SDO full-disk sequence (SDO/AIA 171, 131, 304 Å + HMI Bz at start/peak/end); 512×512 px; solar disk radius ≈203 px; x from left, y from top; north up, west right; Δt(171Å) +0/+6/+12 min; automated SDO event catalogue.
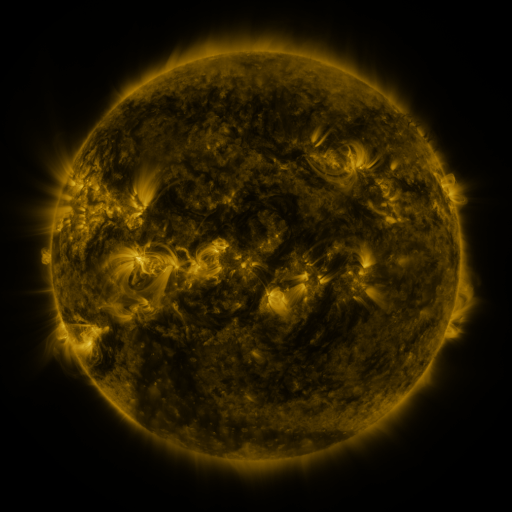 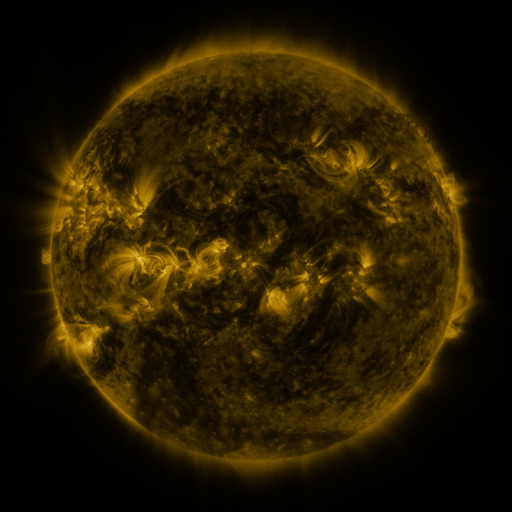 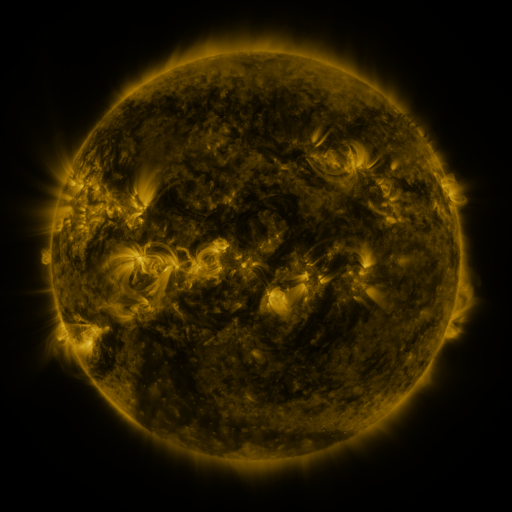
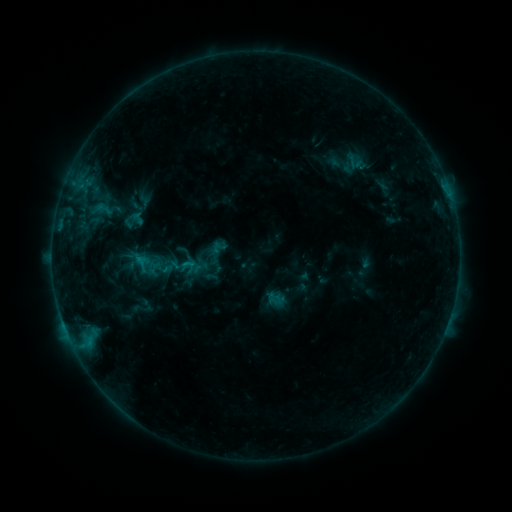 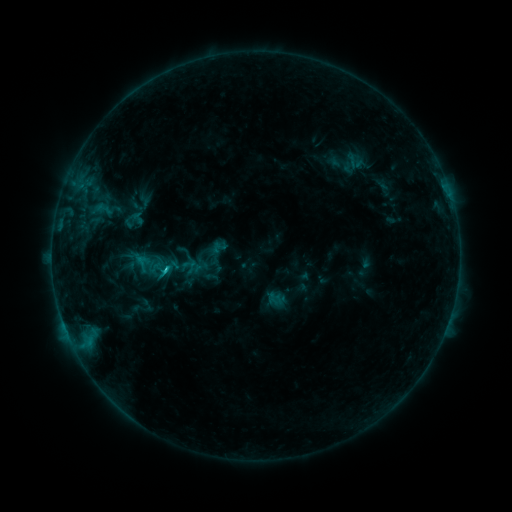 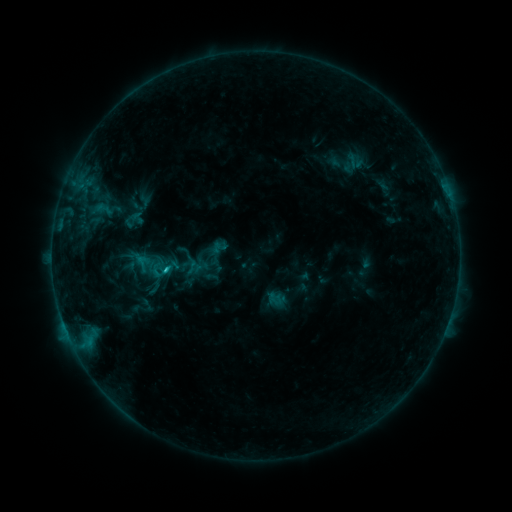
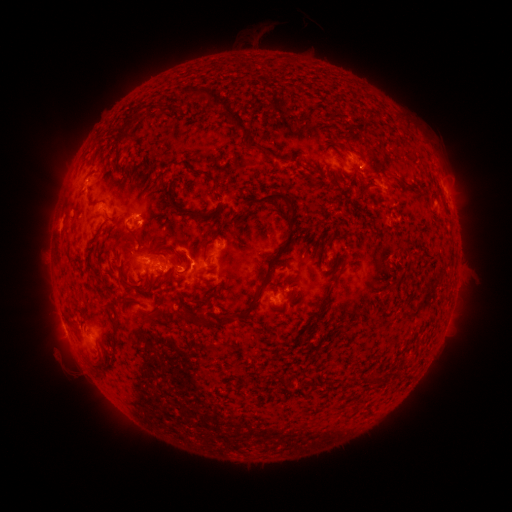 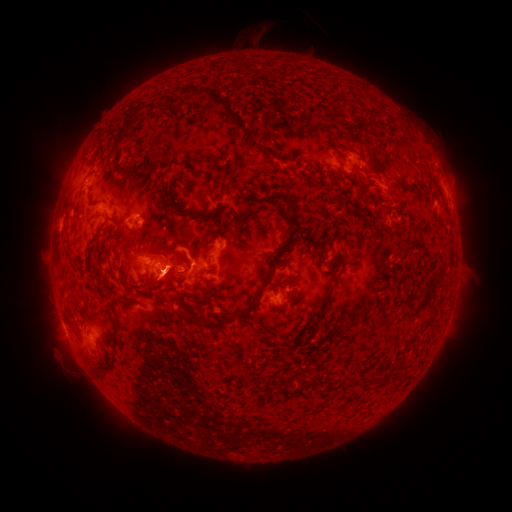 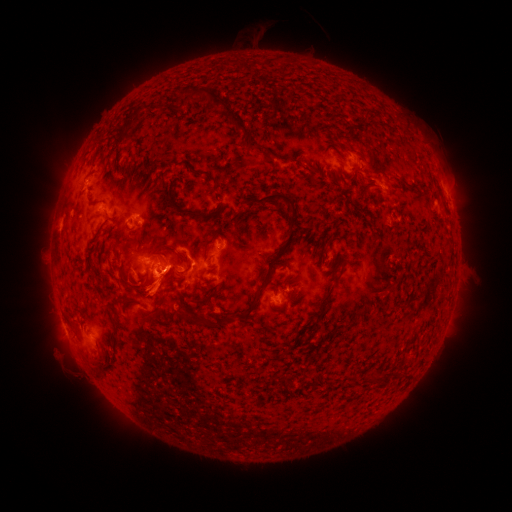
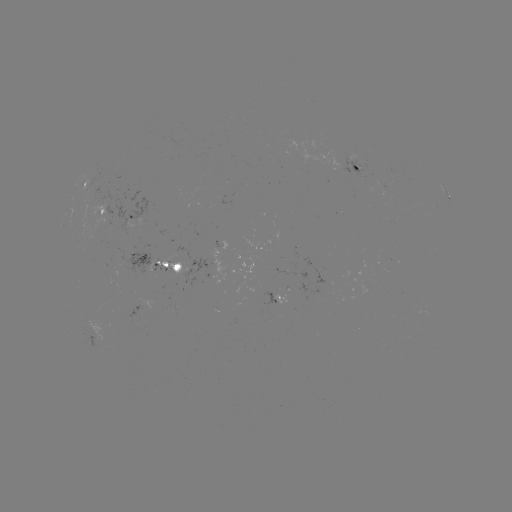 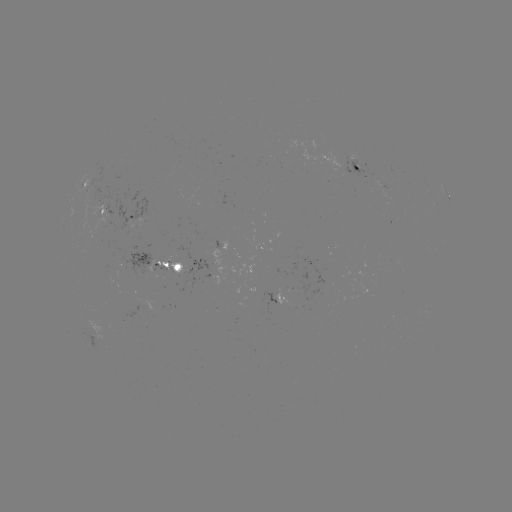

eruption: <bbox>140, 232, 189, 267</bbox>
